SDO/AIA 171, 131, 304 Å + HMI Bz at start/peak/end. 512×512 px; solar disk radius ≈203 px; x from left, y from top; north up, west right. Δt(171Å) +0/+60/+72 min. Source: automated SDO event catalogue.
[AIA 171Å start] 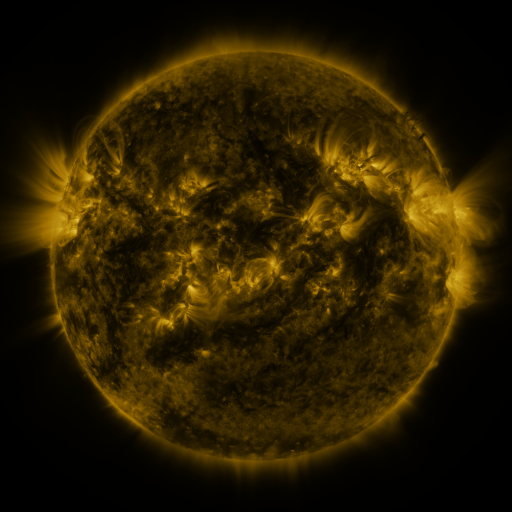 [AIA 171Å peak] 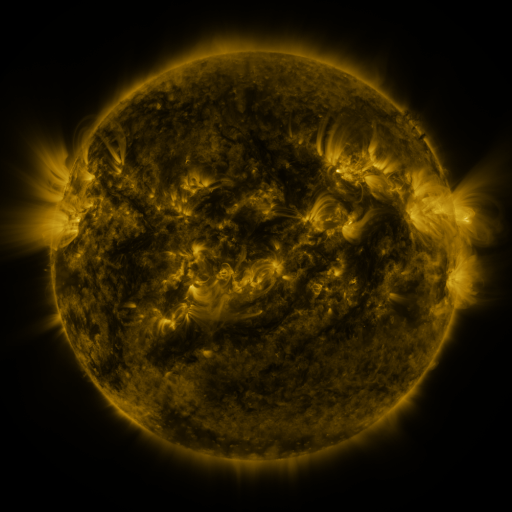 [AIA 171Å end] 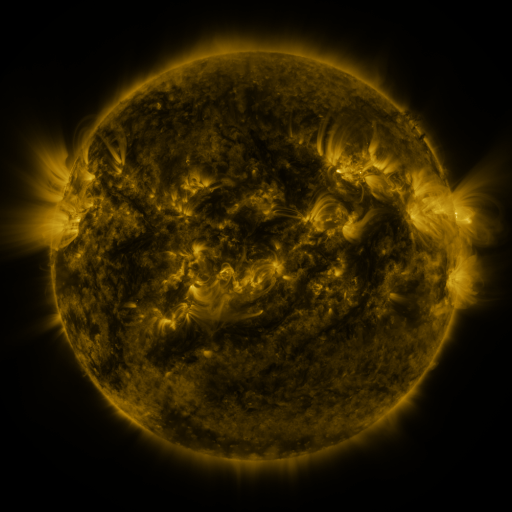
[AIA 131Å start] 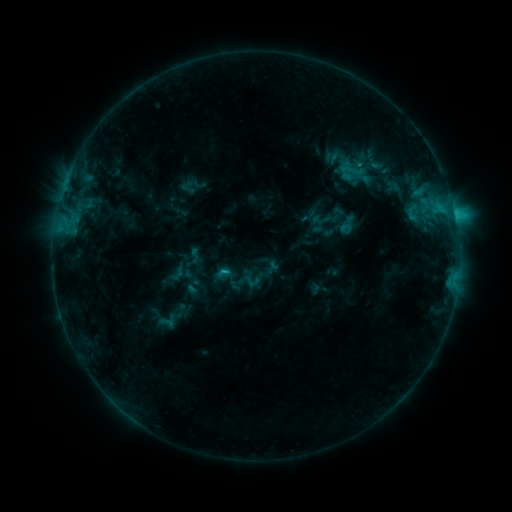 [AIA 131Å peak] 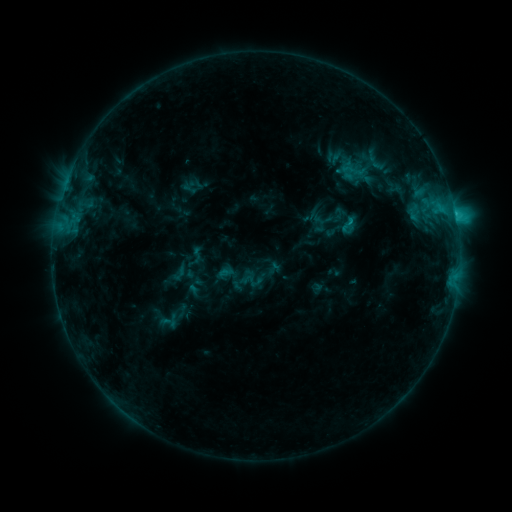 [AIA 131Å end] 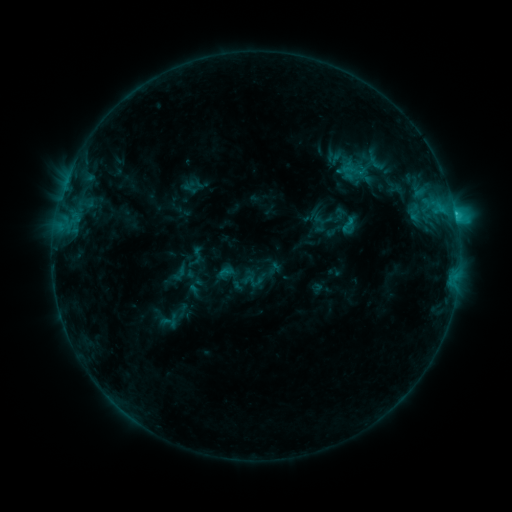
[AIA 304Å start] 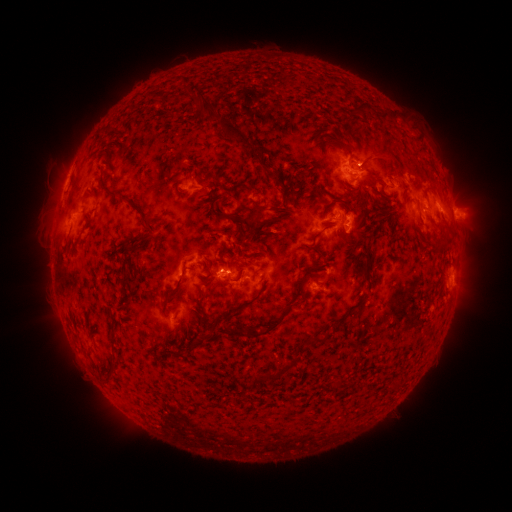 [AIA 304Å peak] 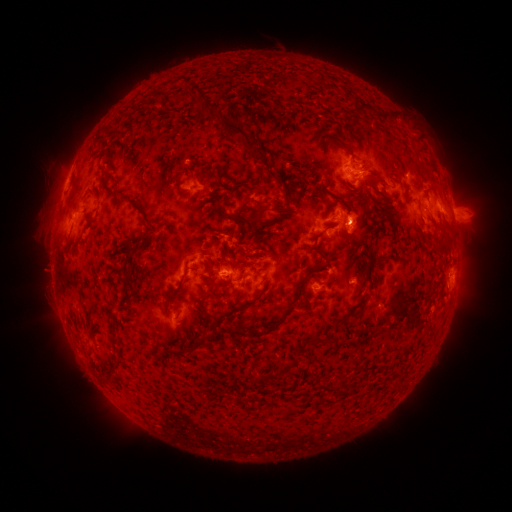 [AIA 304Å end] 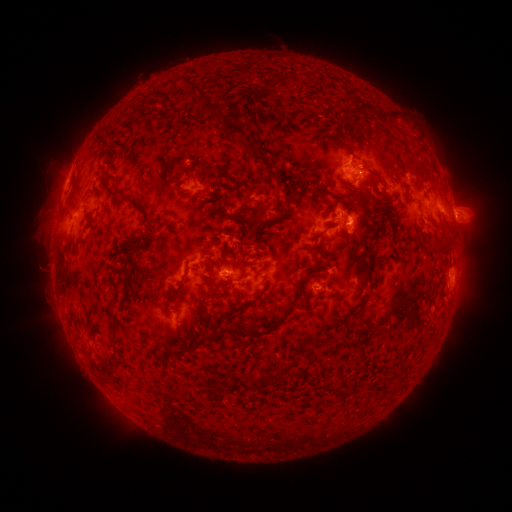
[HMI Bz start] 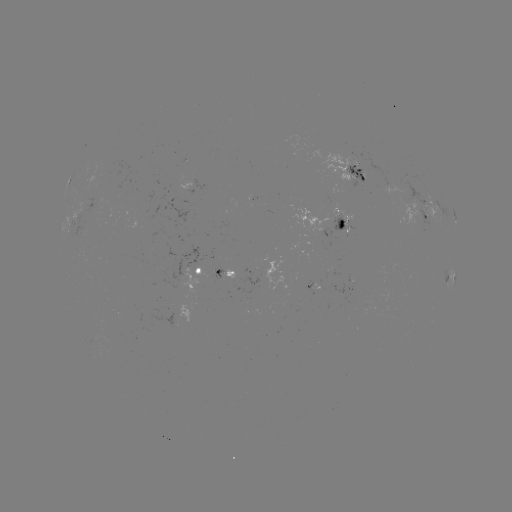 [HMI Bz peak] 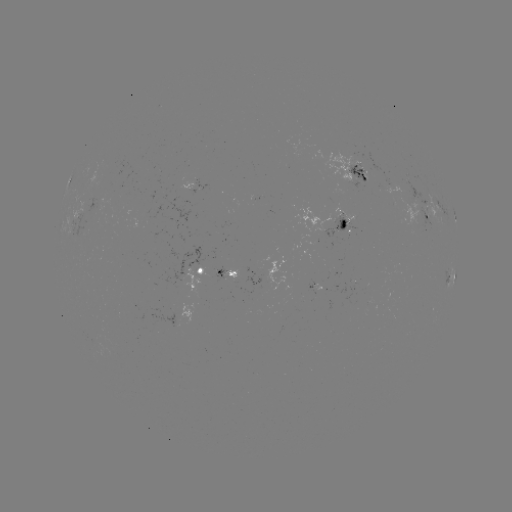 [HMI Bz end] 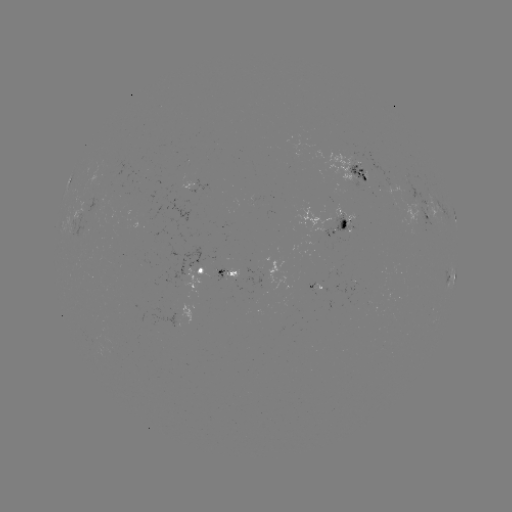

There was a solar emerging-flux region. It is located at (223, 276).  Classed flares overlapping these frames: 1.